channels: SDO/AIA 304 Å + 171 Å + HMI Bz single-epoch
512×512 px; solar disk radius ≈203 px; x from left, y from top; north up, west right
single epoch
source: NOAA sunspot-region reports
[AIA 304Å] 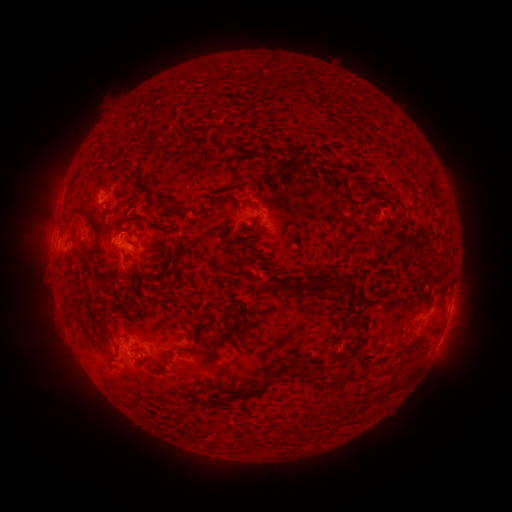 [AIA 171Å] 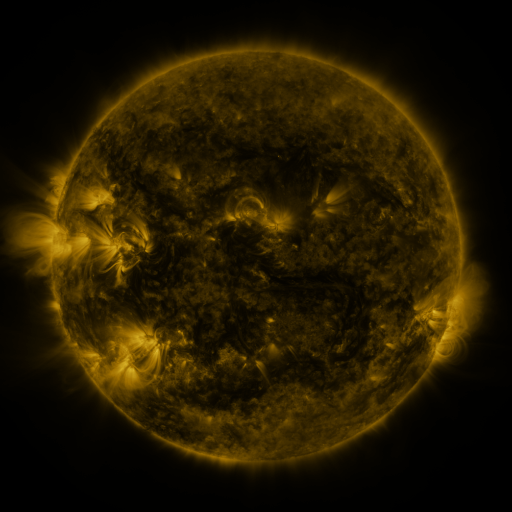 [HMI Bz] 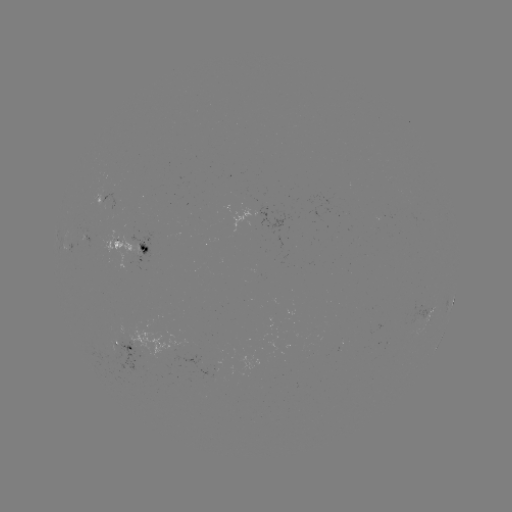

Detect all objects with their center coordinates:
spotted active region: (269, 217)
spotted active region: (134, 247)
spotted active region: (453, 297)
spotted active region: (426, 313)
spotted active region: (438, 342)
spotted active region: (126, 345)
